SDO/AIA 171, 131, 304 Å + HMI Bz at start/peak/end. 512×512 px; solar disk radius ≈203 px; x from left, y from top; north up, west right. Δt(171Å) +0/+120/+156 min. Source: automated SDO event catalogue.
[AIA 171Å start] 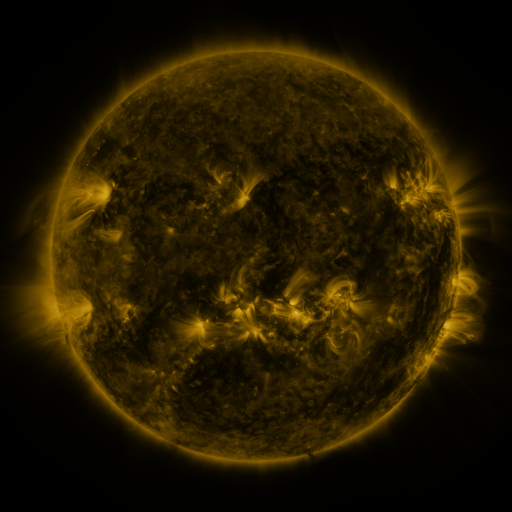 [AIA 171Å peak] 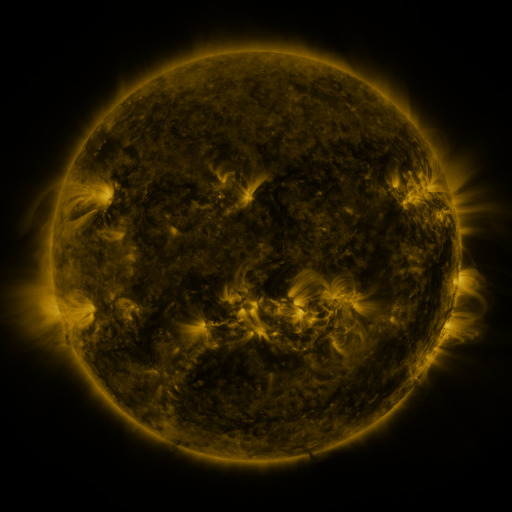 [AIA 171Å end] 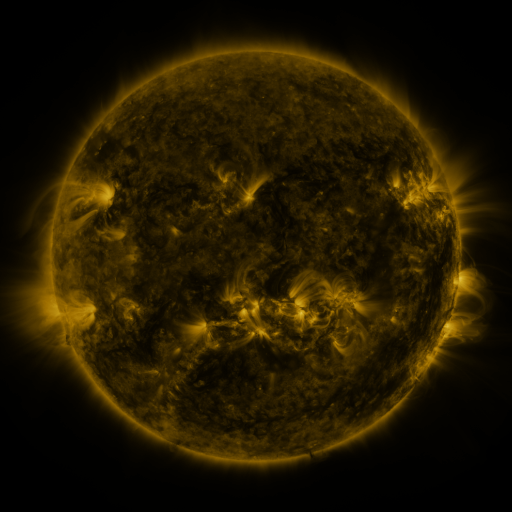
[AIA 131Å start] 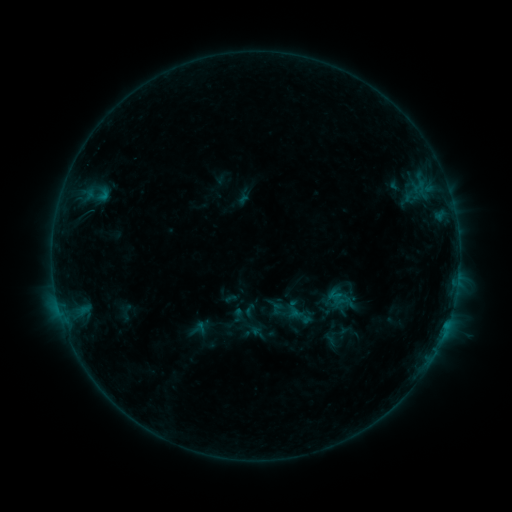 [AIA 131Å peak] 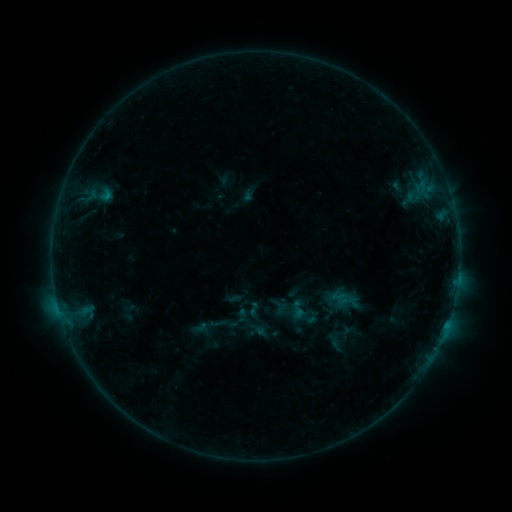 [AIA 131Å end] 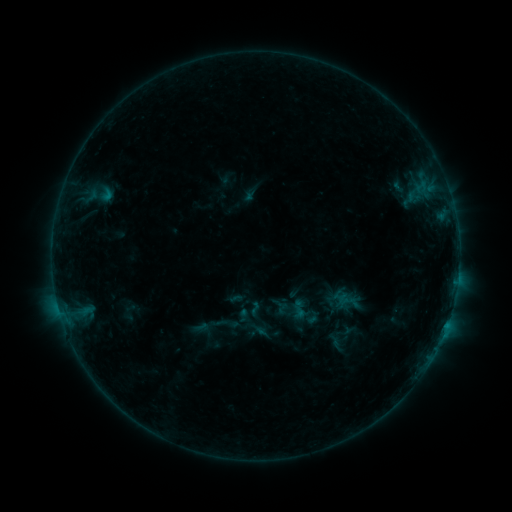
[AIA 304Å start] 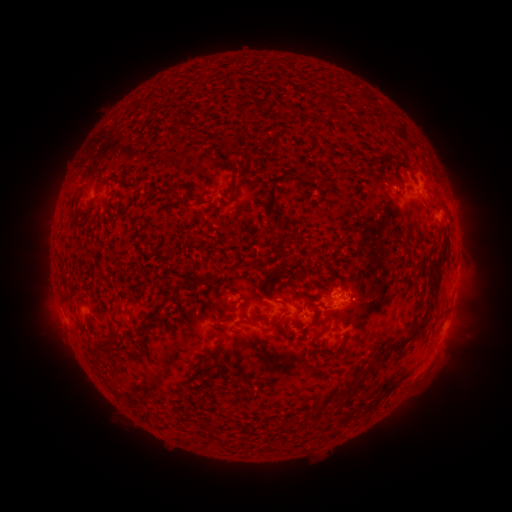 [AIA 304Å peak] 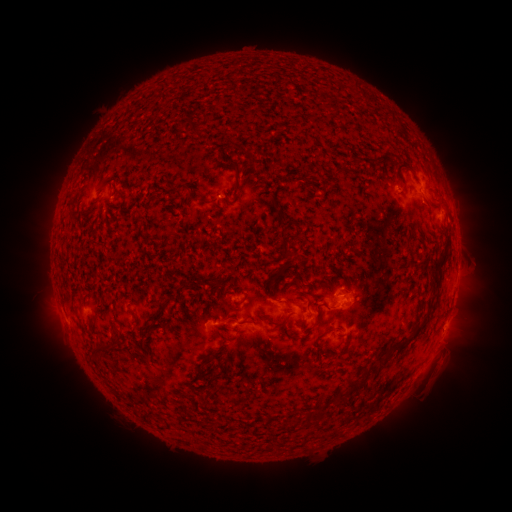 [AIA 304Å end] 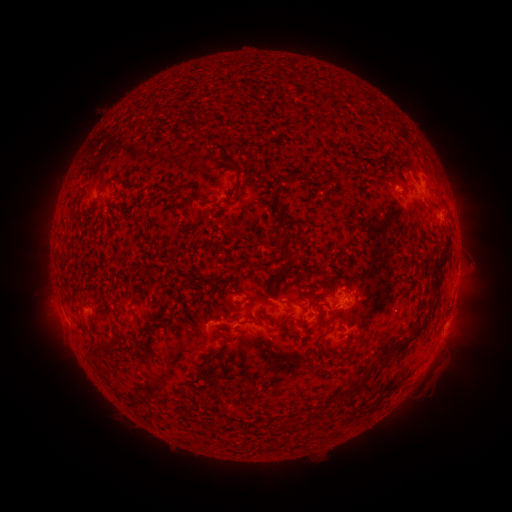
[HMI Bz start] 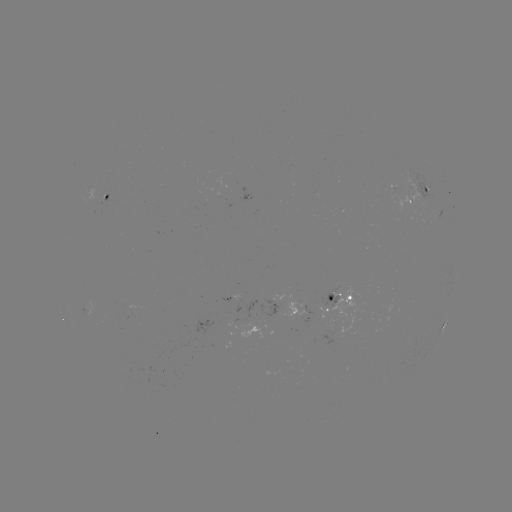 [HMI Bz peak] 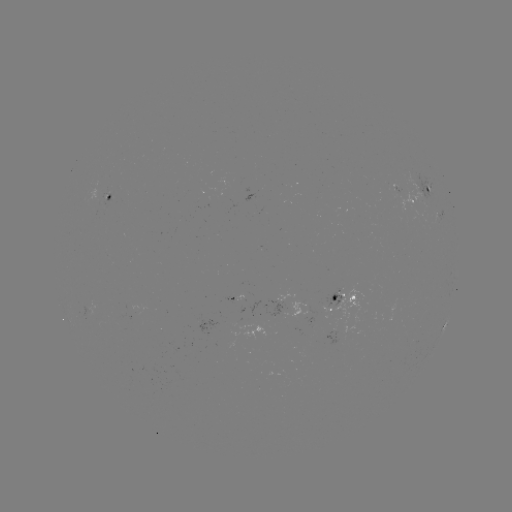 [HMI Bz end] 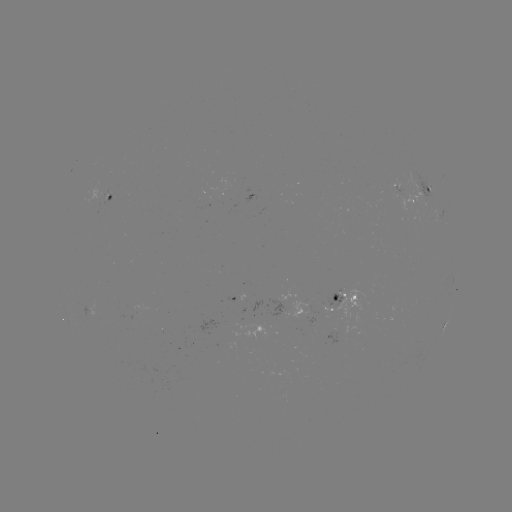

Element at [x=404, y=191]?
emerging-flux region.